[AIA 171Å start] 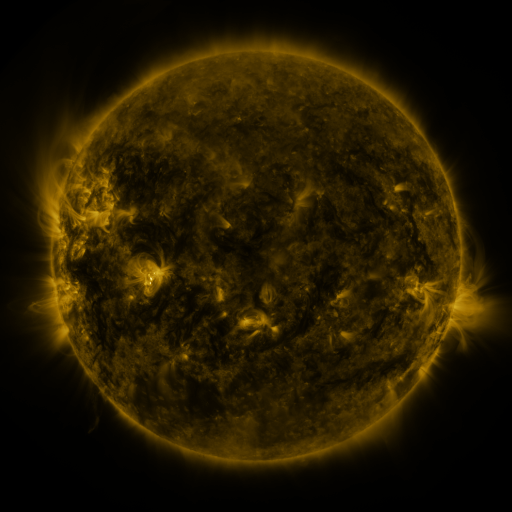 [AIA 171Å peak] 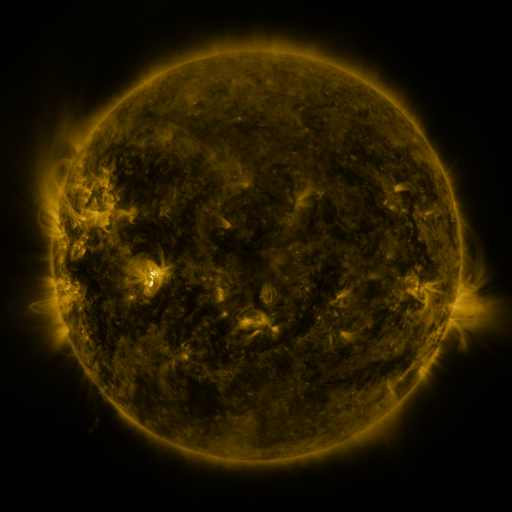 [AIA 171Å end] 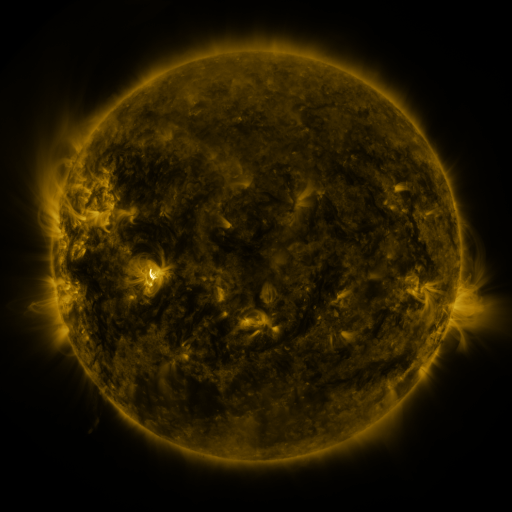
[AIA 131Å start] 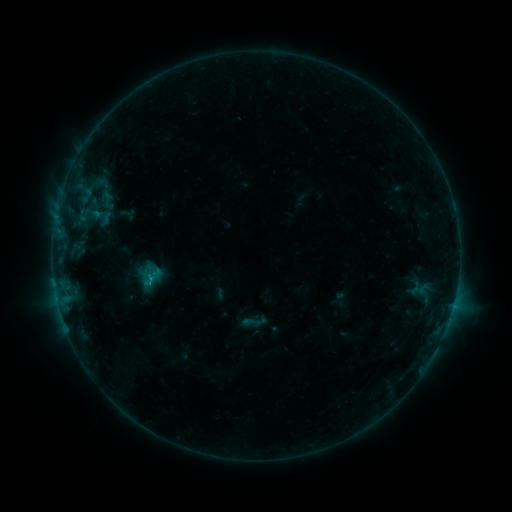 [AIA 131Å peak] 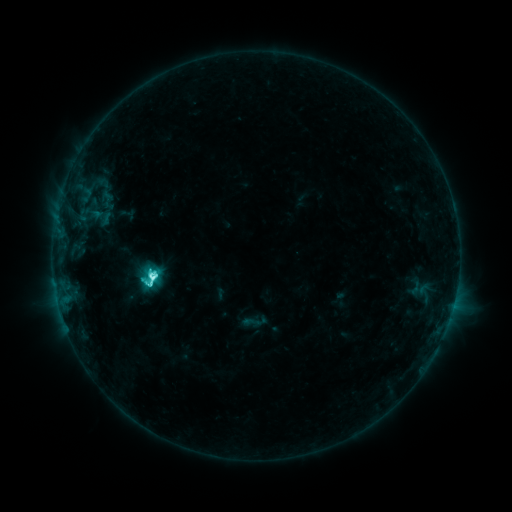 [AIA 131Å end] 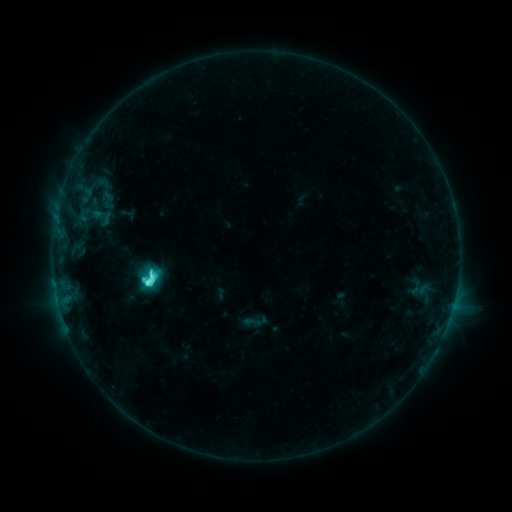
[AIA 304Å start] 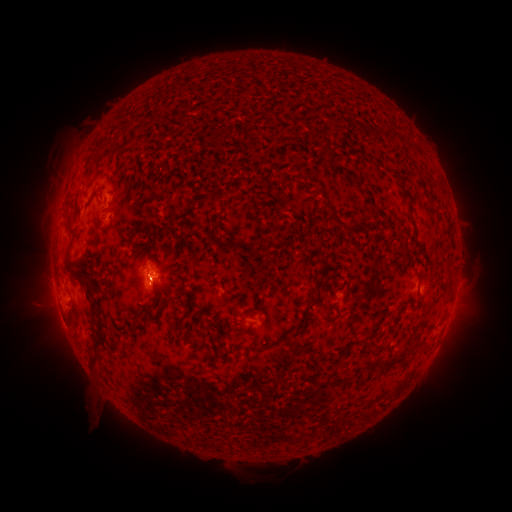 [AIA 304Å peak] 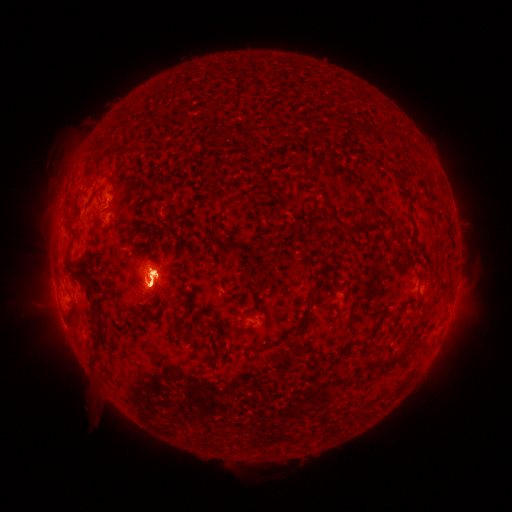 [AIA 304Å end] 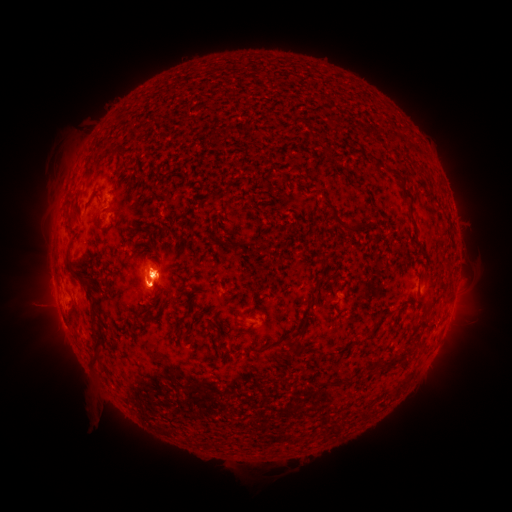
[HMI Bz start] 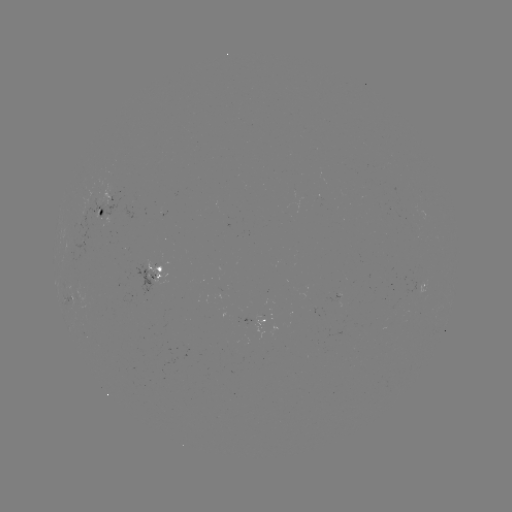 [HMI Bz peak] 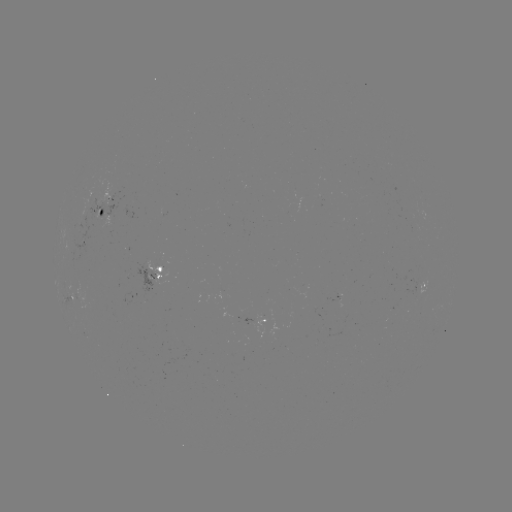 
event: flare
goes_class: M1.3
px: (154, 275)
